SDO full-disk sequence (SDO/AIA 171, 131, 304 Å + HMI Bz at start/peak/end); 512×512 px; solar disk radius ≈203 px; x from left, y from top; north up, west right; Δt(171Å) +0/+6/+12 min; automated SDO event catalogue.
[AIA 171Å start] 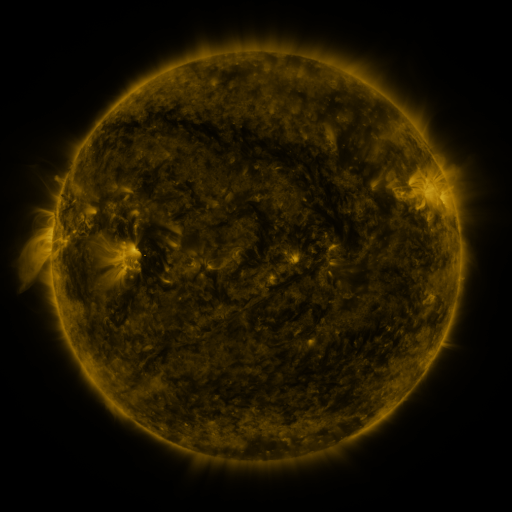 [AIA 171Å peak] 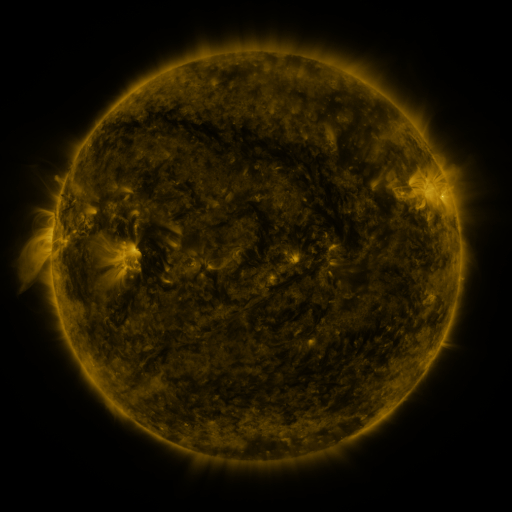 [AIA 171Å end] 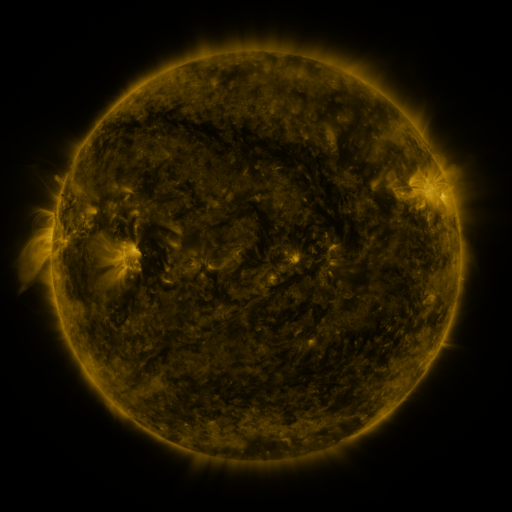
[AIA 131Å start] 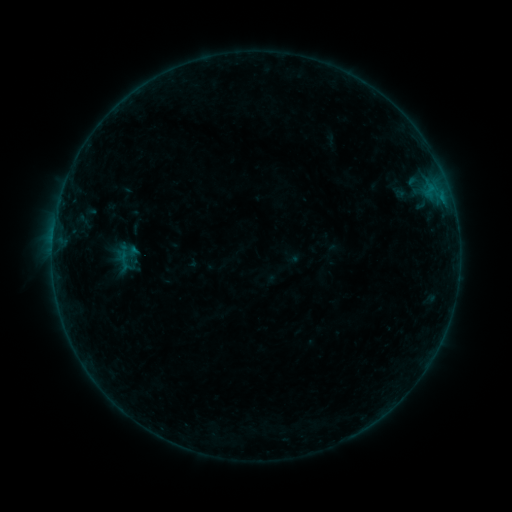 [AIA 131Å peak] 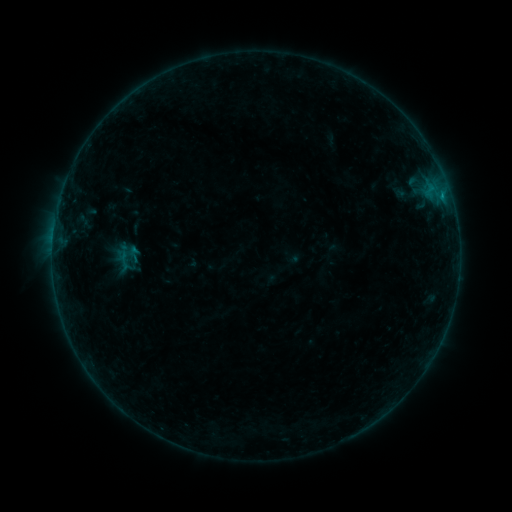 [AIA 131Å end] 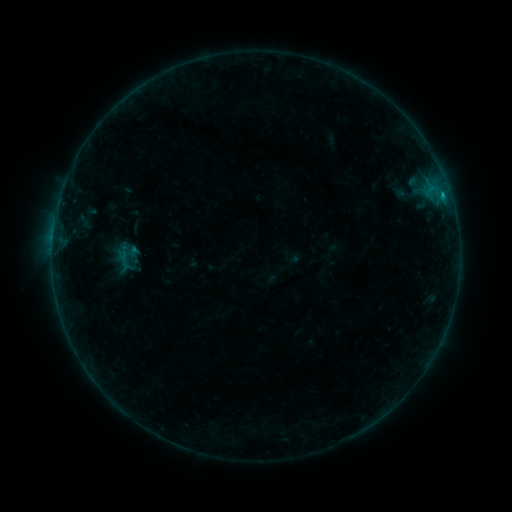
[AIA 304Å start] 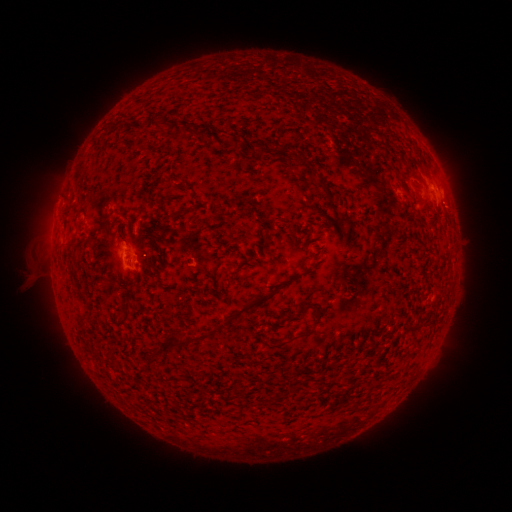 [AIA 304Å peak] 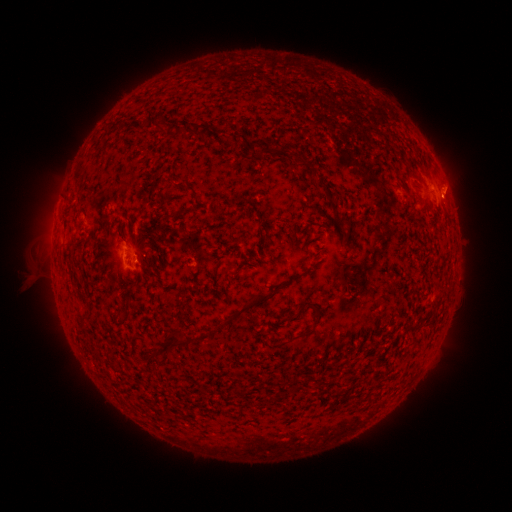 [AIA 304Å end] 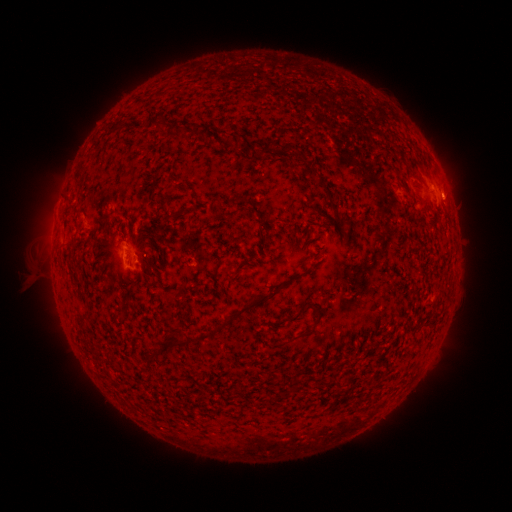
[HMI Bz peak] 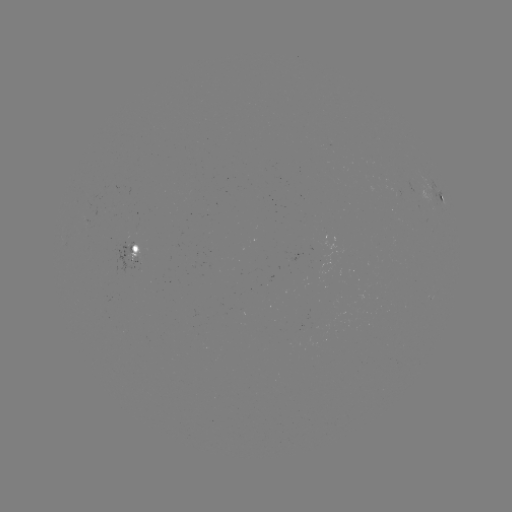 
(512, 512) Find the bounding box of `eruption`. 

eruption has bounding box [426, 160, 474, 225].